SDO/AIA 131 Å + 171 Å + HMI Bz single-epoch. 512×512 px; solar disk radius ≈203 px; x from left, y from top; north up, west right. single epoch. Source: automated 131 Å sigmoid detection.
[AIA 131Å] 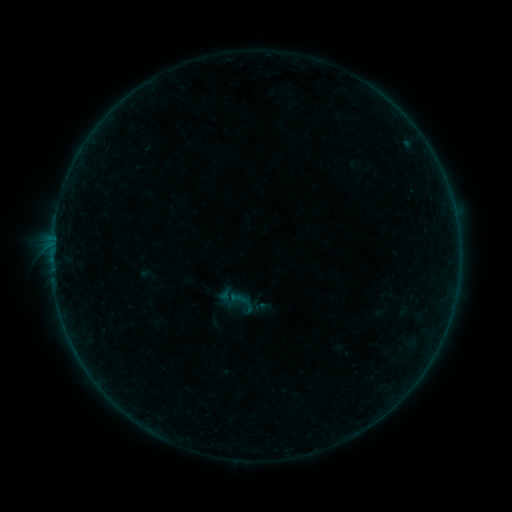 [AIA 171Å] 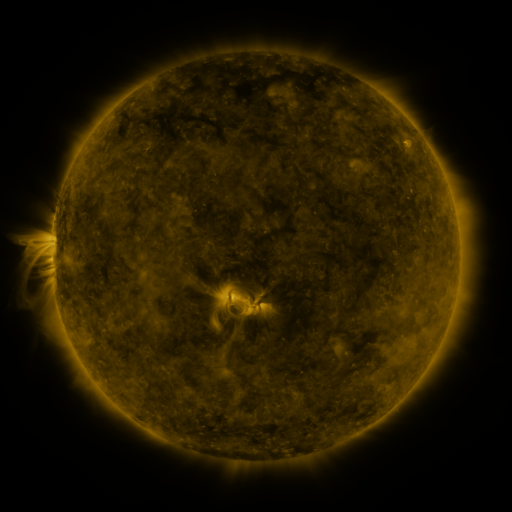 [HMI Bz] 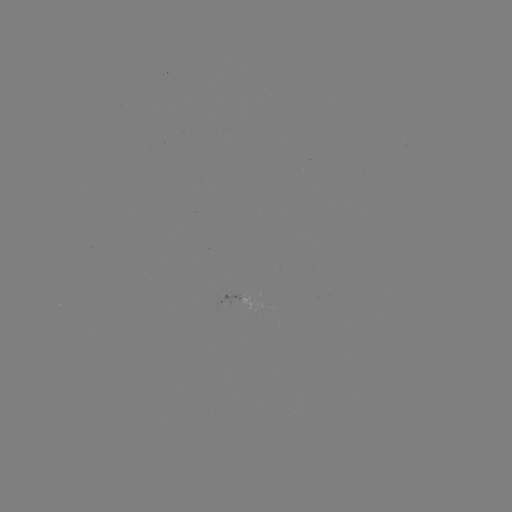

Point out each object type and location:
sigmoid: (242, 301)
